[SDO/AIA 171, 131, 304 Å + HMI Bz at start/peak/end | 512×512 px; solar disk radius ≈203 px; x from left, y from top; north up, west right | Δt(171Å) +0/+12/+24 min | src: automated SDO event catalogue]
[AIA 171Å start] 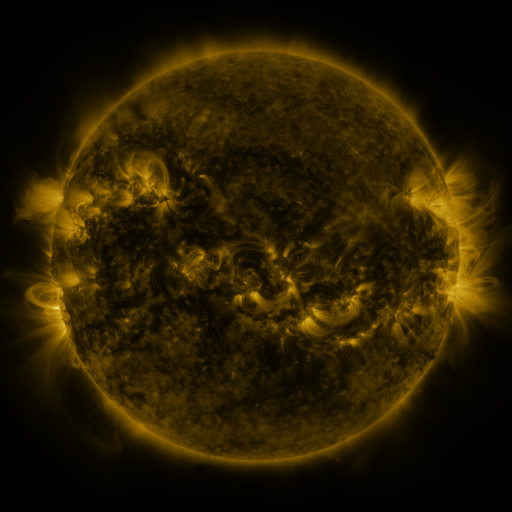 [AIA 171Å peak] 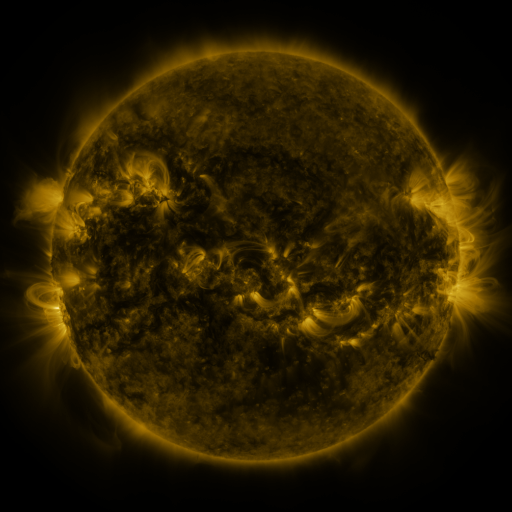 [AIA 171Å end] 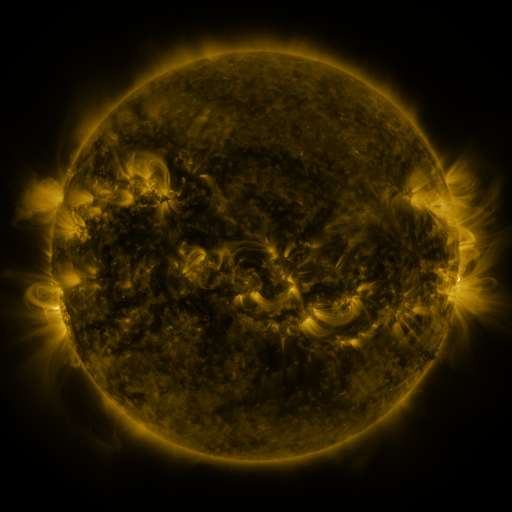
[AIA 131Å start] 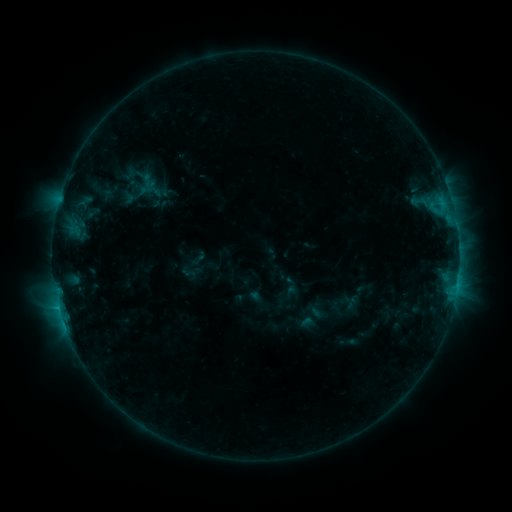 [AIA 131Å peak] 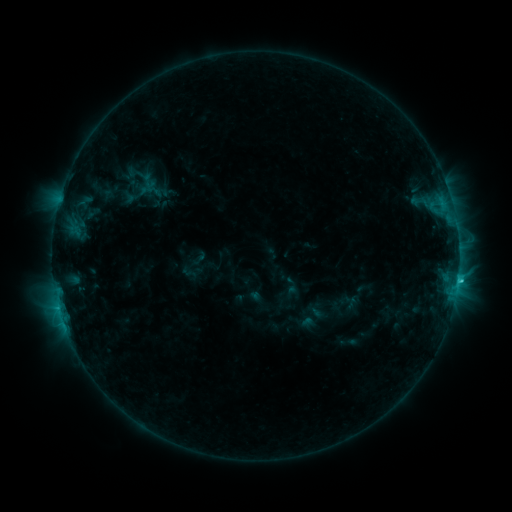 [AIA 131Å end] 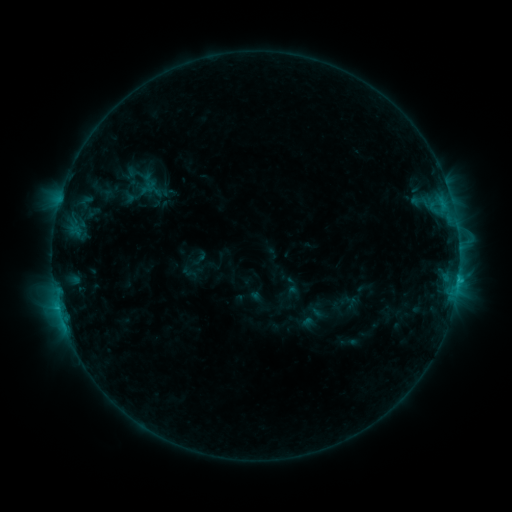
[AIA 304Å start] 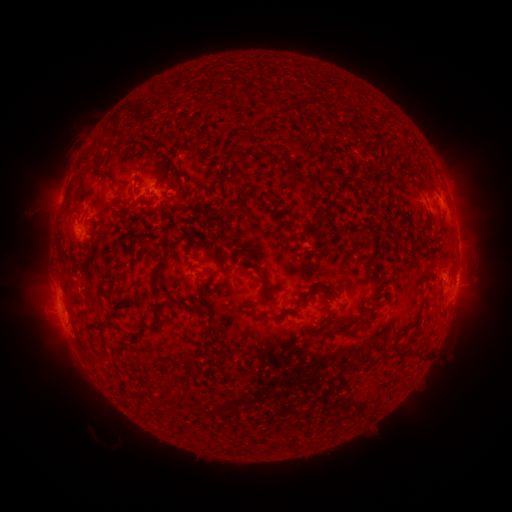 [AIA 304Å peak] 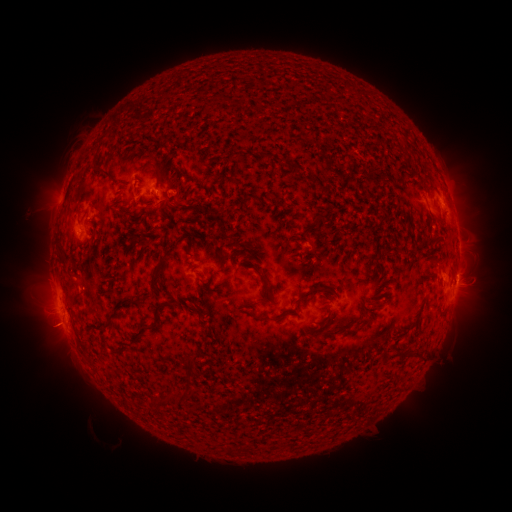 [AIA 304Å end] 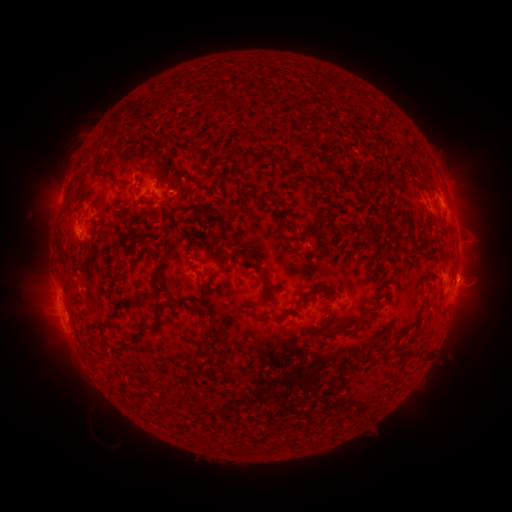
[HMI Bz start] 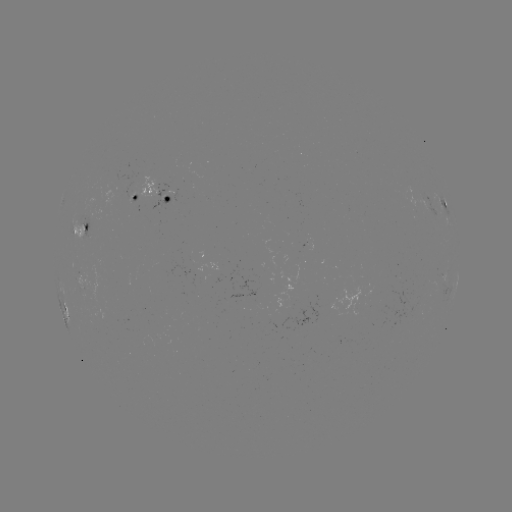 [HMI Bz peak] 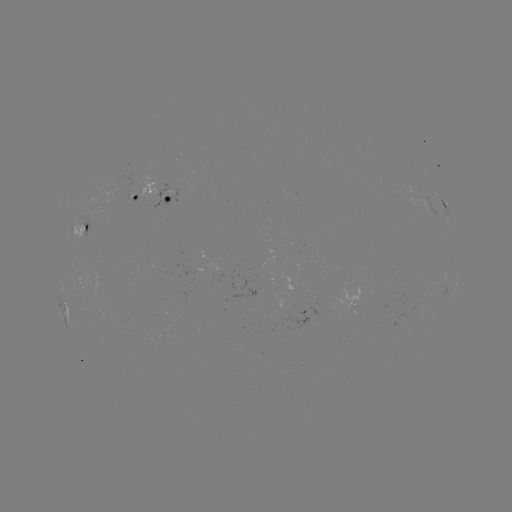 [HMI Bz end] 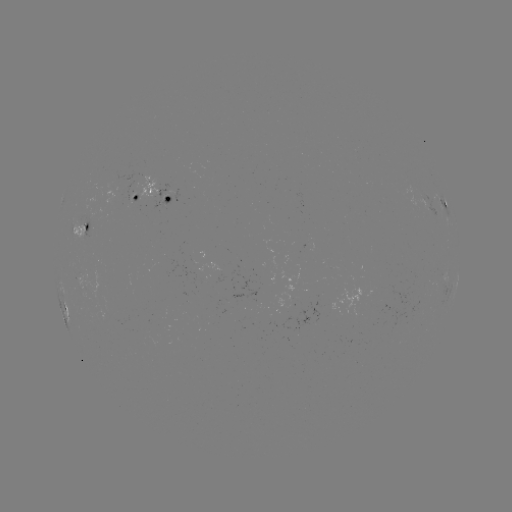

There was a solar flare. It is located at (458, 276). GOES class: C1.5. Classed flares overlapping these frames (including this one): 1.